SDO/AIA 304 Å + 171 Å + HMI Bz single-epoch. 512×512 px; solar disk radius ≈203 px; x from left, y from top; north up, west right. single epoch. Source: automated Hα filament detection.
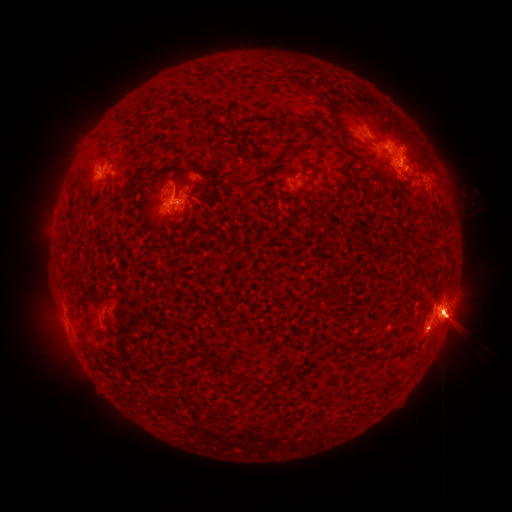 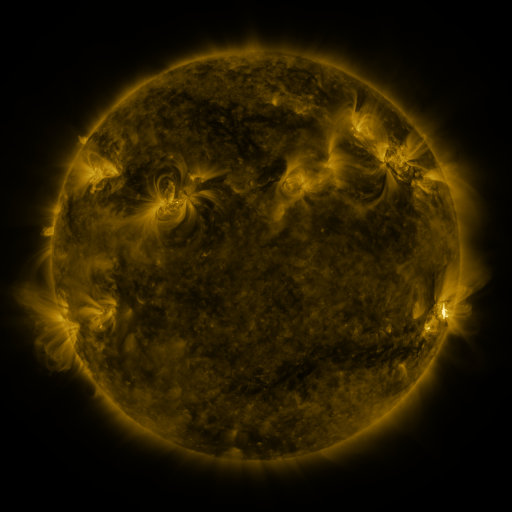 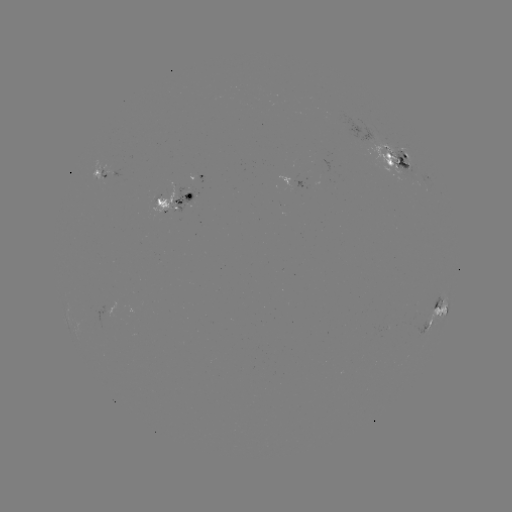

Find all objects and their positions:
filament: (296, 78, 315, 95)
filament: (178, 102, 189, 113)
filament: (294, 120, 304, 127)
filament: (374, 136, 396, 146)
filament: (127, 178, 146, 197)
filament: (157, 196, 165, 206)
filament: (198, 199, 210, 210)
filament: (158, 211, 169, 219)
filament: (80, 300, 88, 311)
filament: (347, 345, 358, 355)
filament: (381, 349, 415, 362)
filament: (223, 364, 233, 379)
